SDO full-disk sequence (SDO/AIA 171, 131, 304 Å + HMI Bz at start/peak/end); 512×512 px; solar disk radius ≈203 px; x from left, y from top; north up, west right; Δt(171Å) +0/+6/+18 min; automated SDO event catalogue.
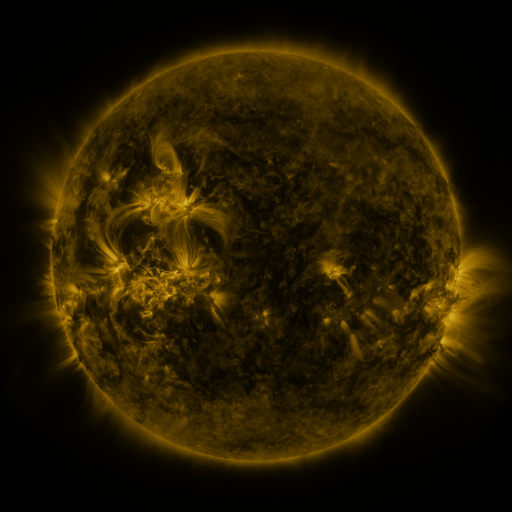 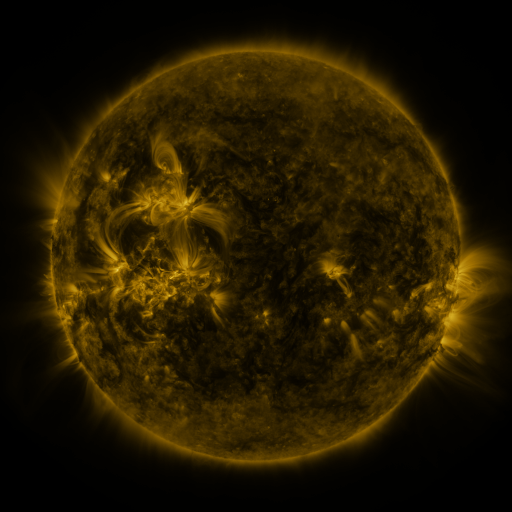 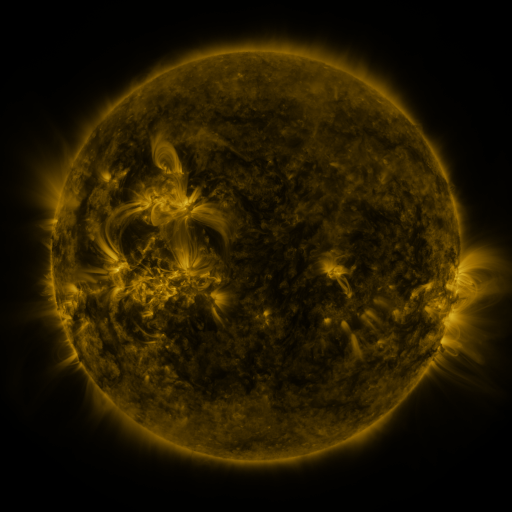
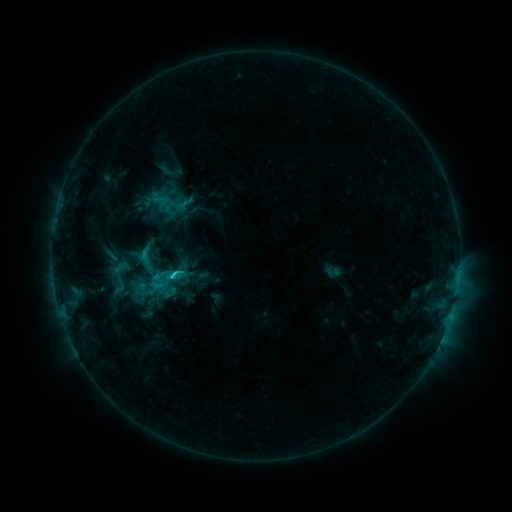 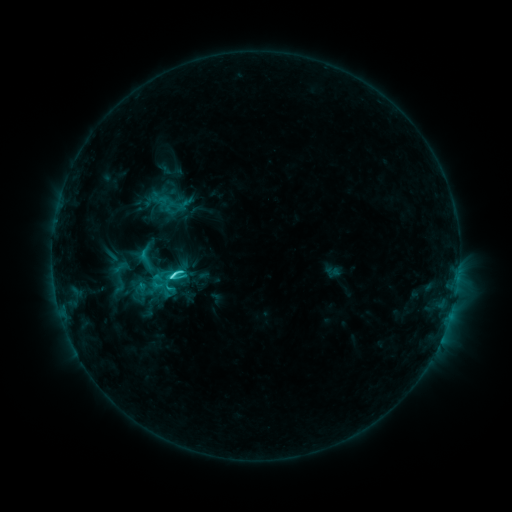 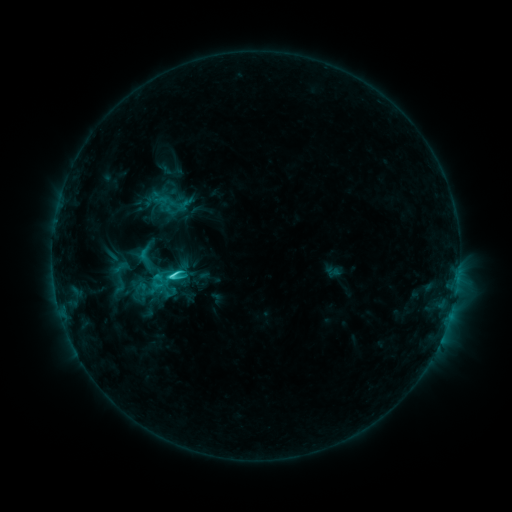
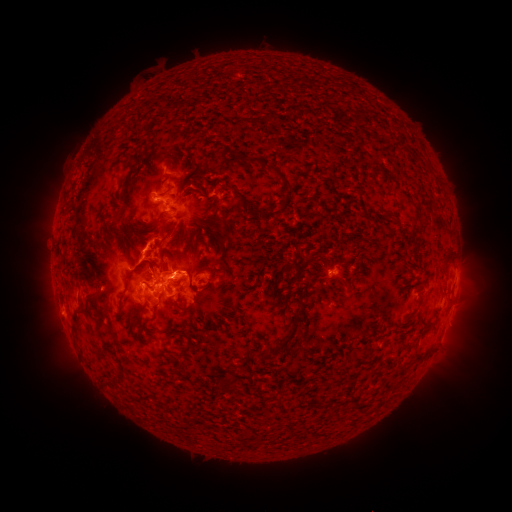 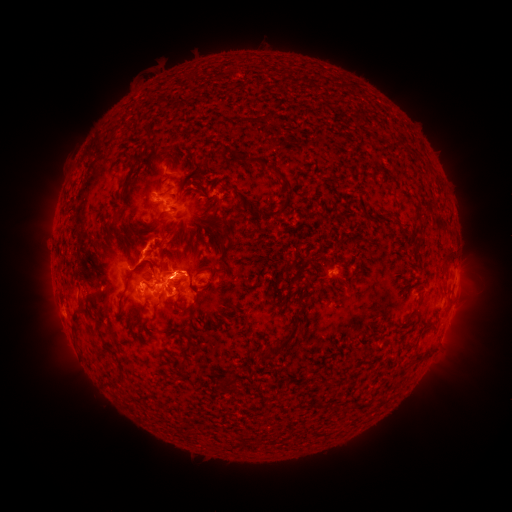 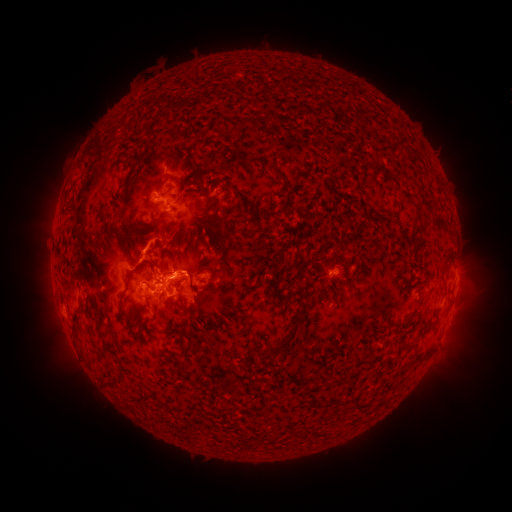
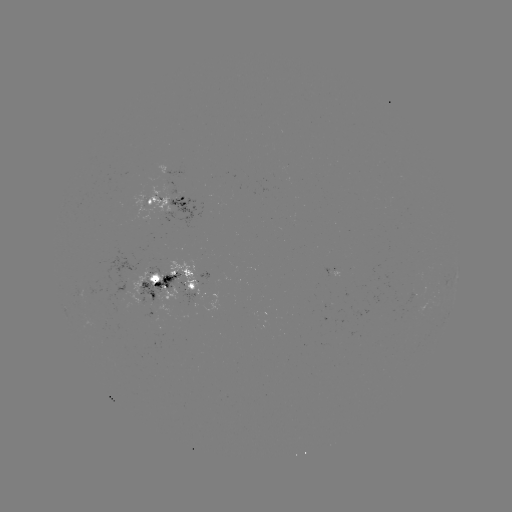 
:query C5.5 flare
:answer [174, 275]